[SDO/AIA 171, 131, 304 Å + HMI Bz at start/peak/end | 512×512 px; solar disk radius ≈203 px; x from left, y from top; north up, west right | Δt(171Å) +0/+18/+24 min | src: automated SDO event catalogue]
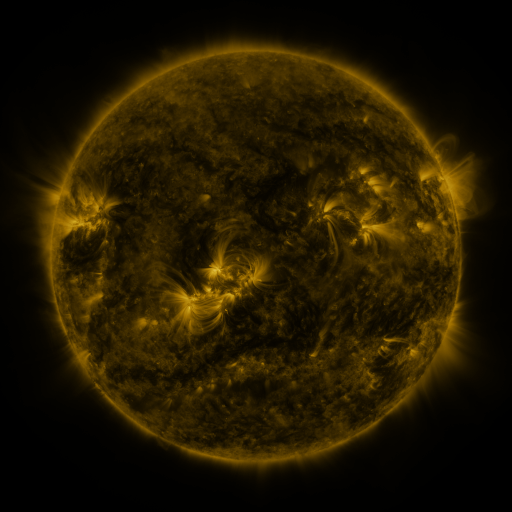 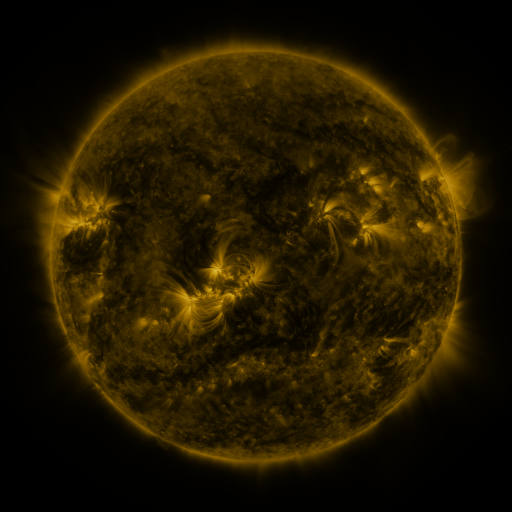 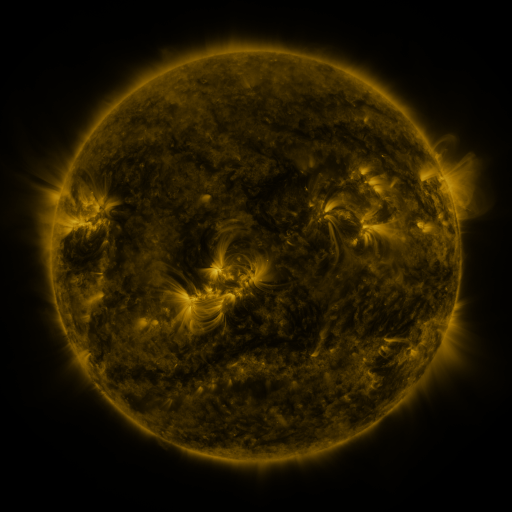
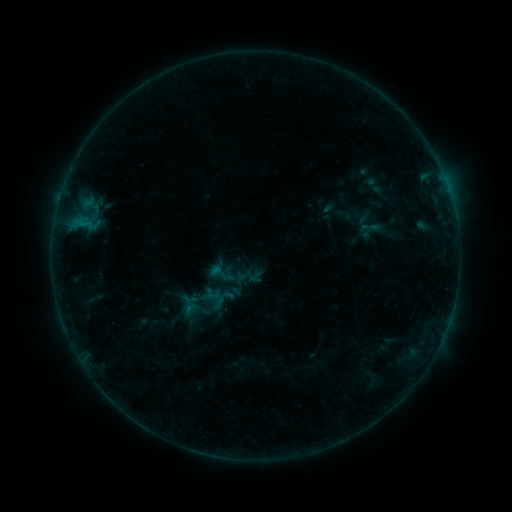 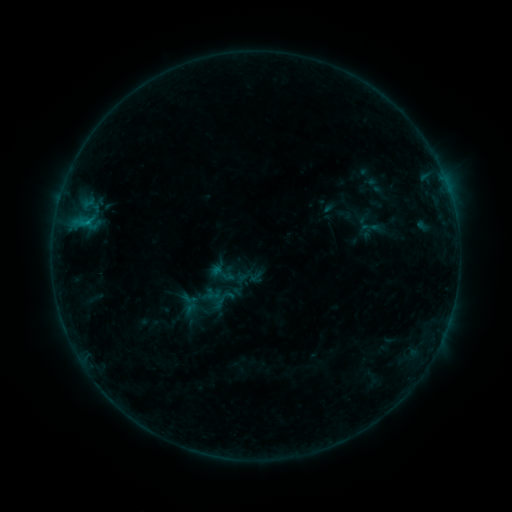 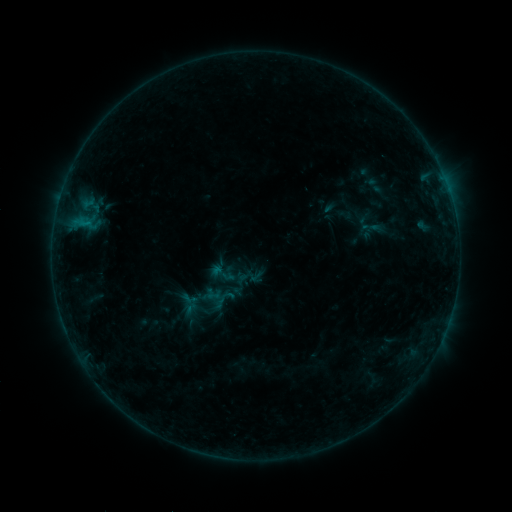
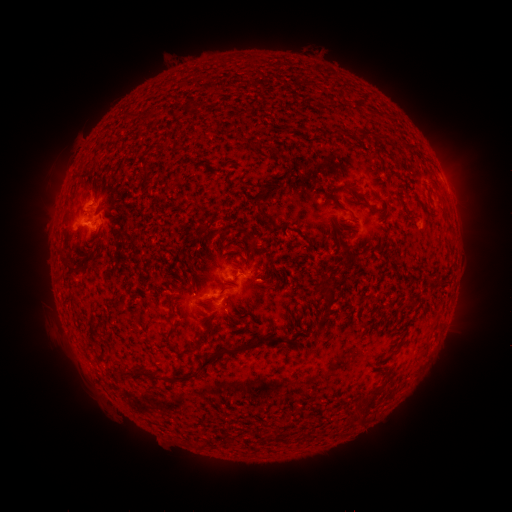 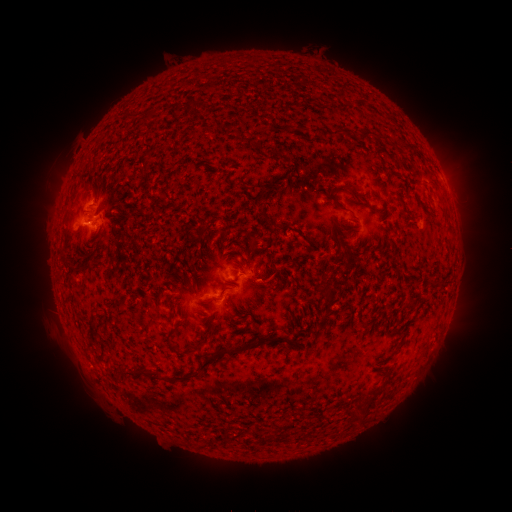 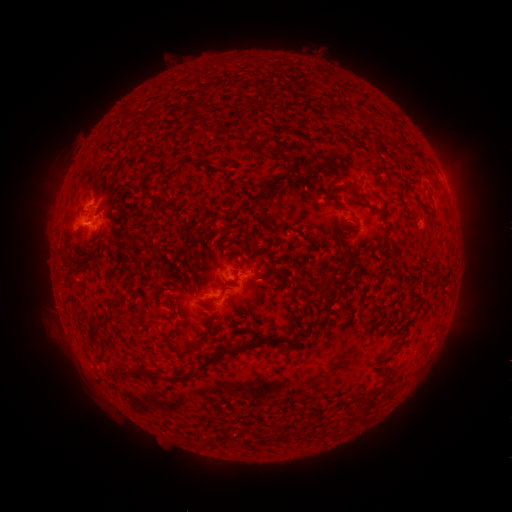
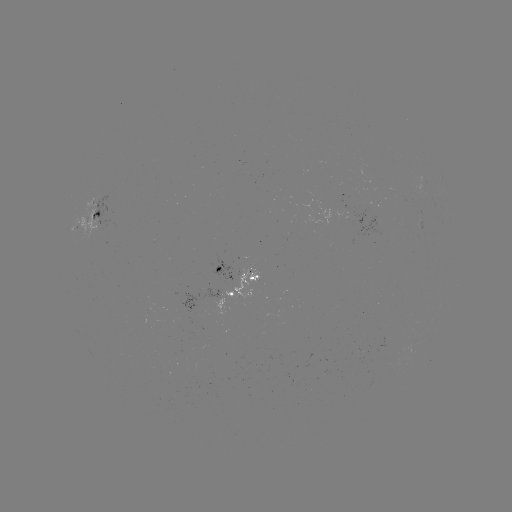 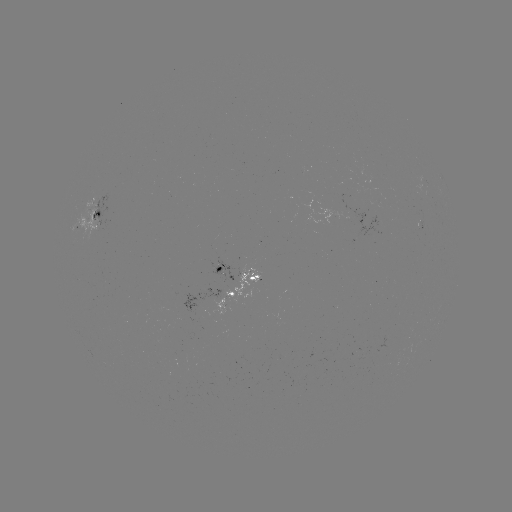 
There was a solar flare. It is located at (88, 224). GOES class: B4.4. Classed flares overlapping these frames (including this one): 1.